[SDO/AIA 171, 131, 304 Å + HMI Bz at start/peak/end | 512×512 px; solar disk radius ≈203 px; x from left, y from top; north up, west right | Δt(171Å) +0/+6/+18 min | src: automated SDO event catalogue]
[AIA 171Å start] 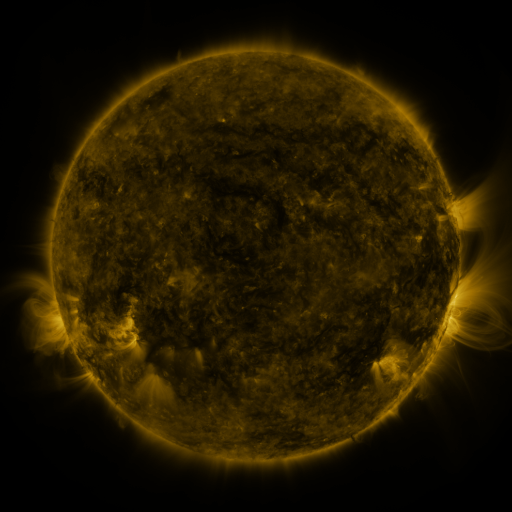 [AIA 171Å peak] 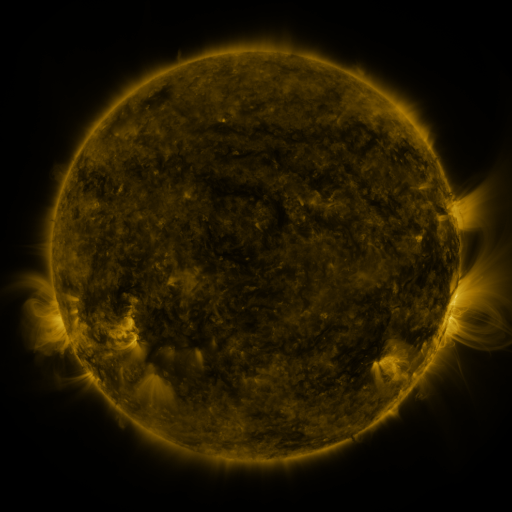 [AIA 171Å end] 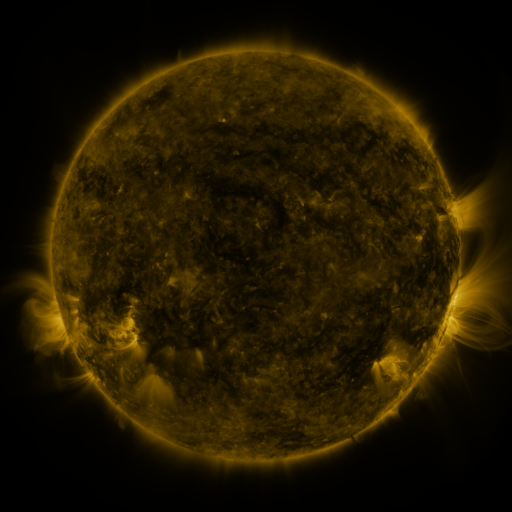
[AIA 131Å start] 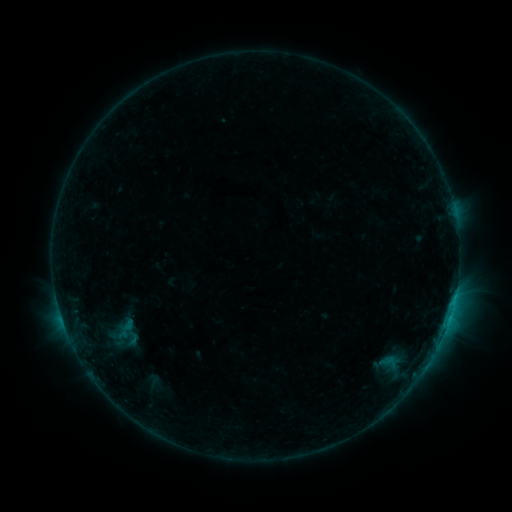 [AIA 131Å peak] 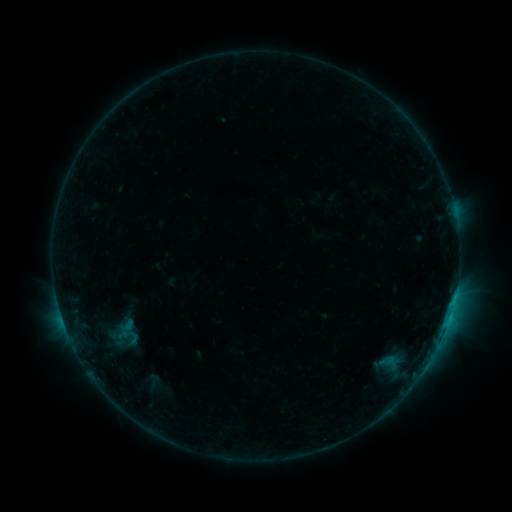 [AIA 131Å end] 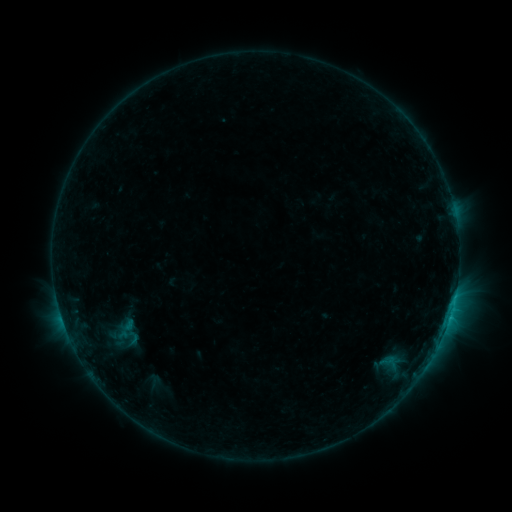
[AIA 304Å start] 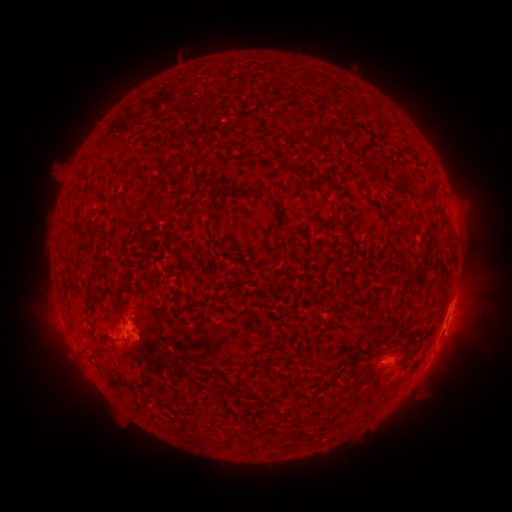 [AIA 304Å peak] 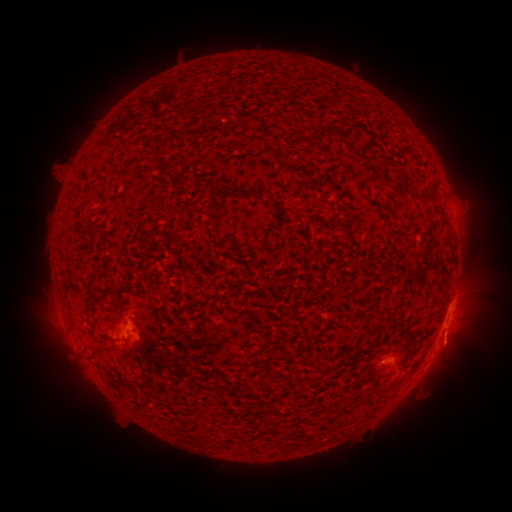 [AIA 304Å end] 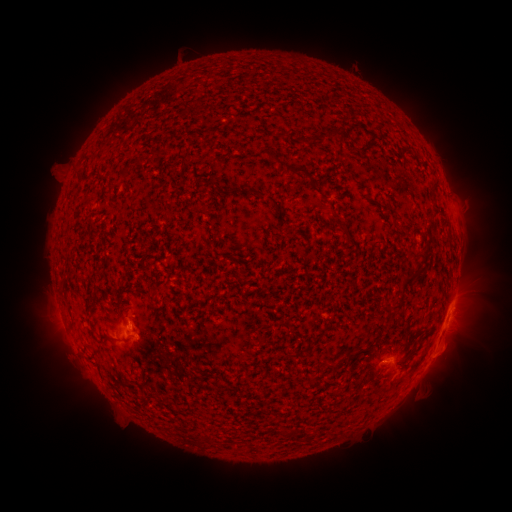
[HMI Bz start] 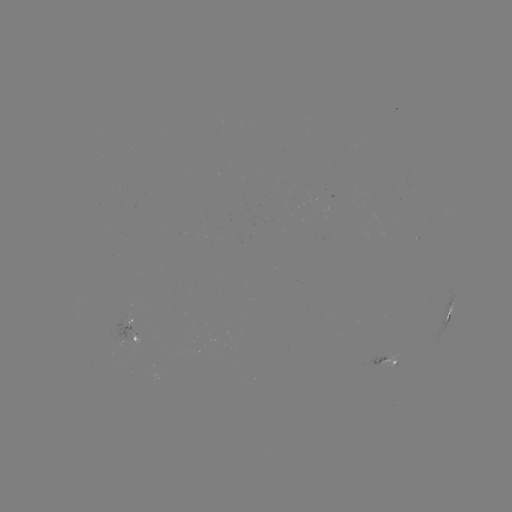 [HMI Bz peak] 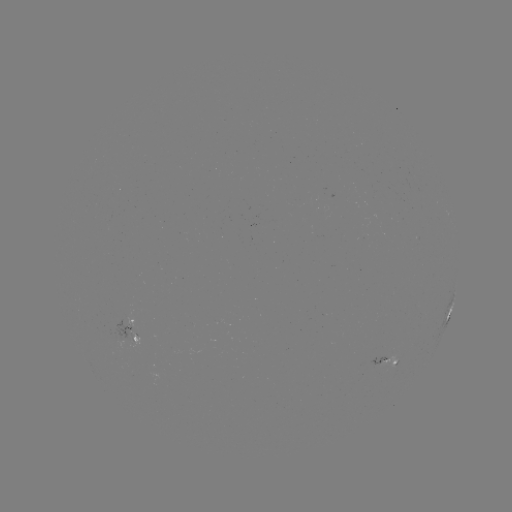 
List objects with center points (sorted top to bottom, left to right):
eruption: (453, 349)
